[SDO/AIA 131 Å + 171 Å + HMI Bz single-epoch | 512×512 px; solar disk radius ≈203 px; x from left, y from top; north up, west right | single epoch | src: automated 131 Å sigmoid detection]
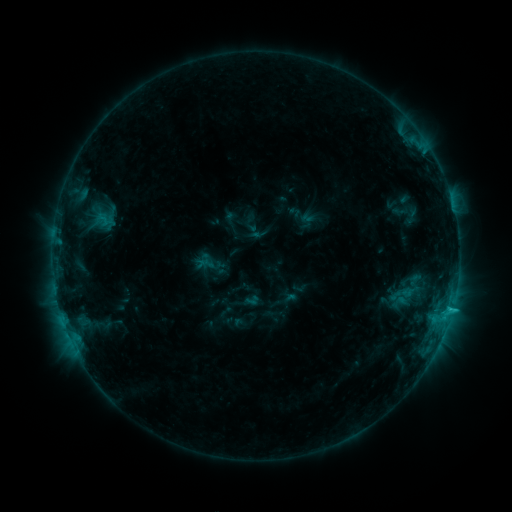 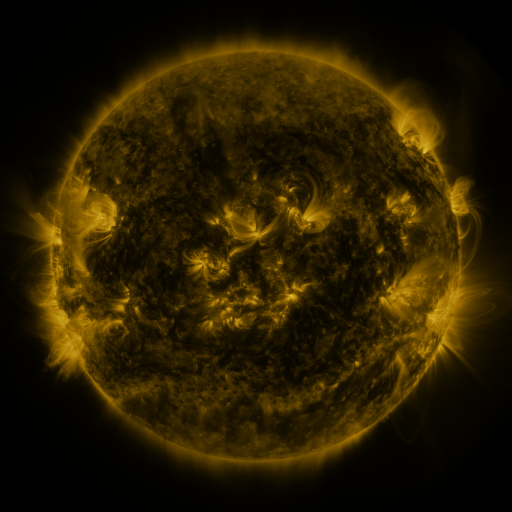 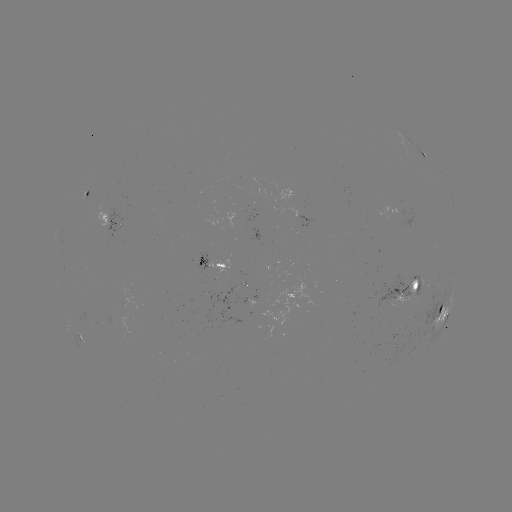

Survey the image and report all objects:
sigmoid: (402, 294)
